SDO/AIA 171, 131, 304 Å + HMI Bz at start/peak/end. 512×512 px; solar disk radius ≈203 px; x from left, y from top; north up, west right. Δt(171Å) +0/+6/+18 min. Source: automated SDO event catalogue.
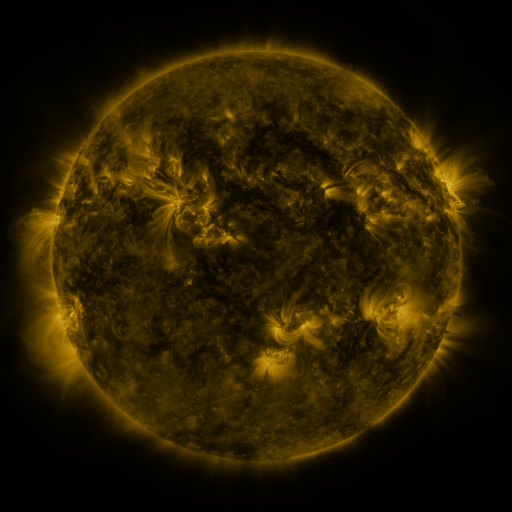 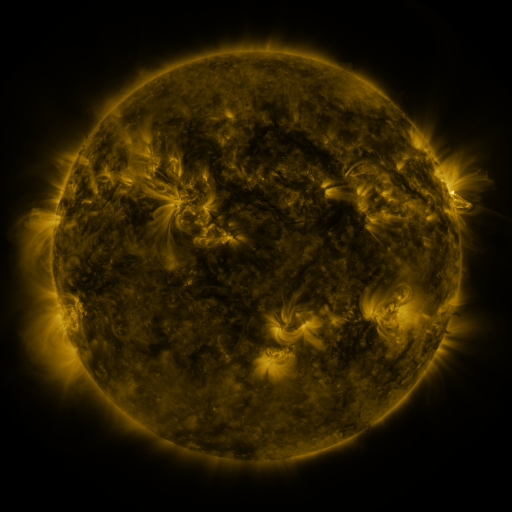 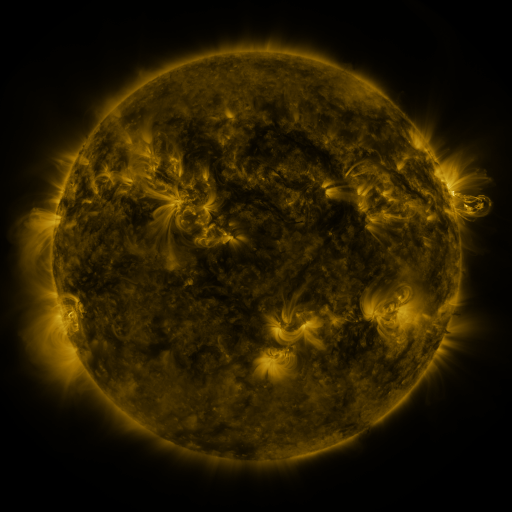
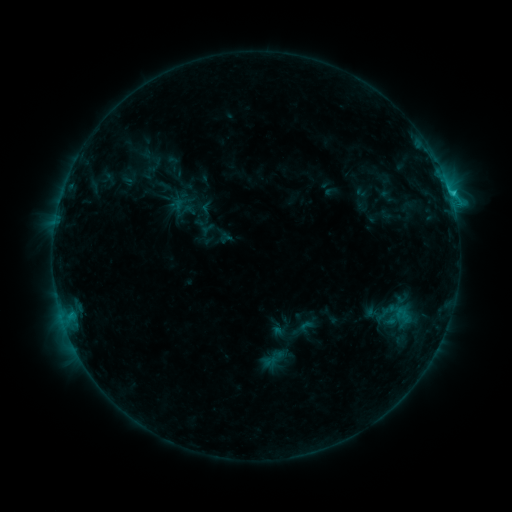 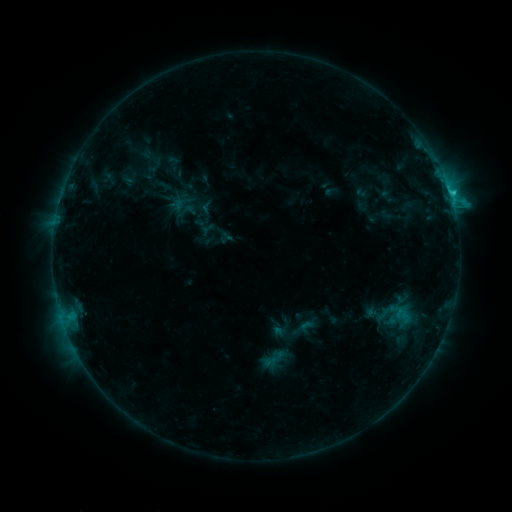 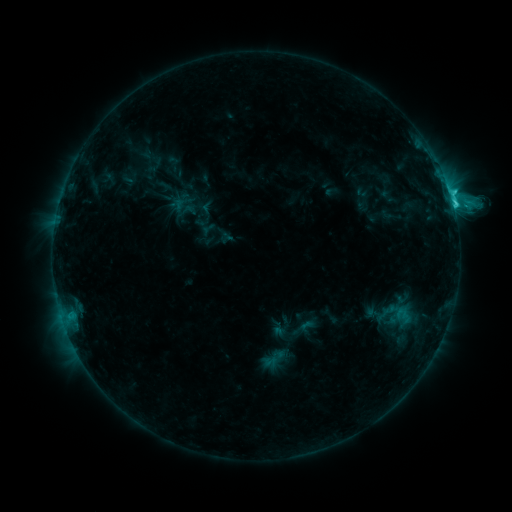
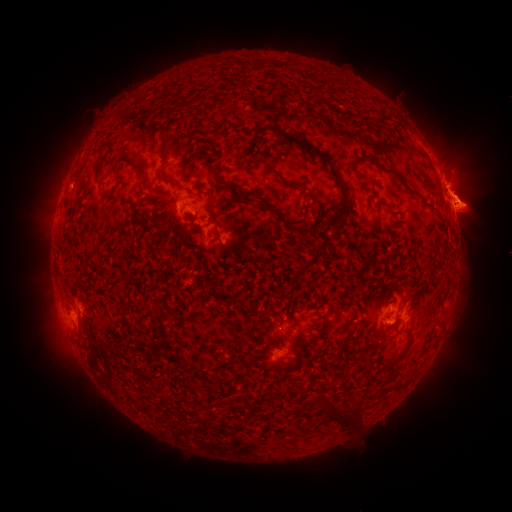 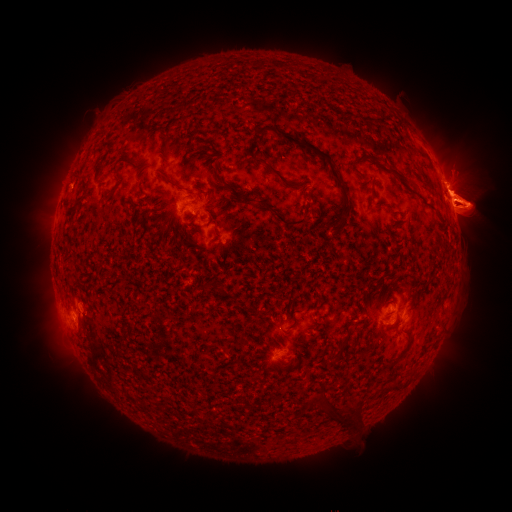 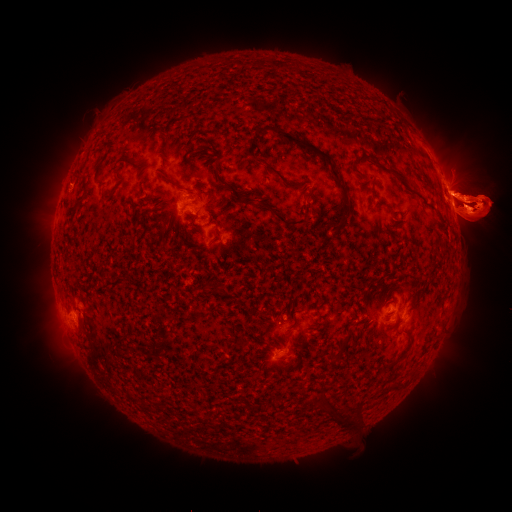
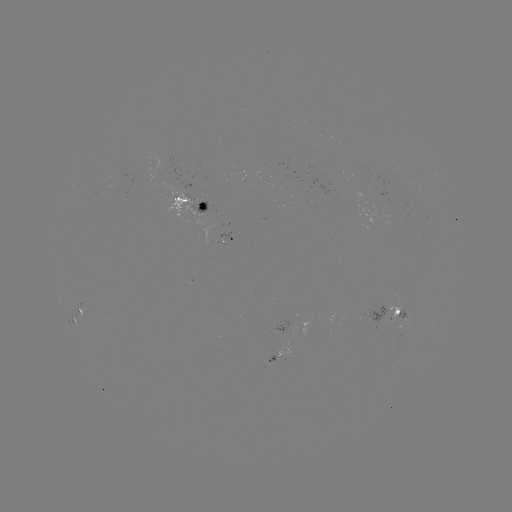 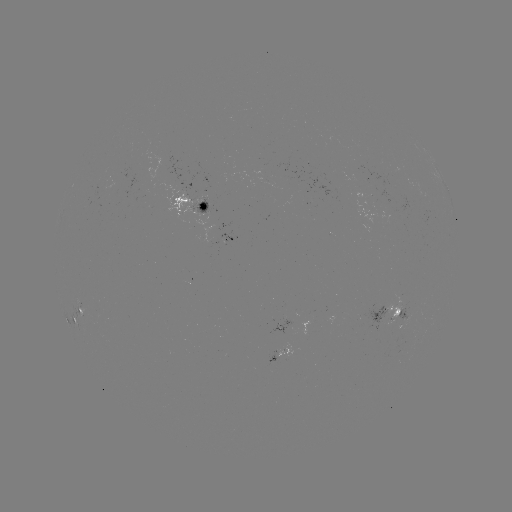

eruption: [330, 190, 350, 217]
